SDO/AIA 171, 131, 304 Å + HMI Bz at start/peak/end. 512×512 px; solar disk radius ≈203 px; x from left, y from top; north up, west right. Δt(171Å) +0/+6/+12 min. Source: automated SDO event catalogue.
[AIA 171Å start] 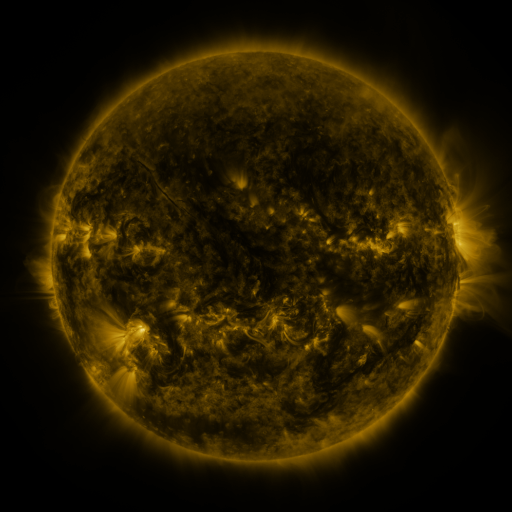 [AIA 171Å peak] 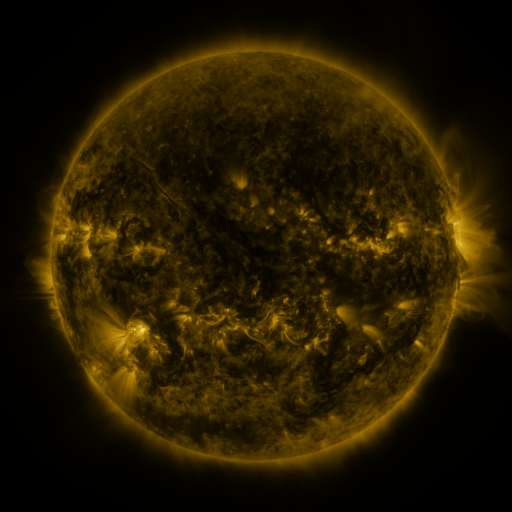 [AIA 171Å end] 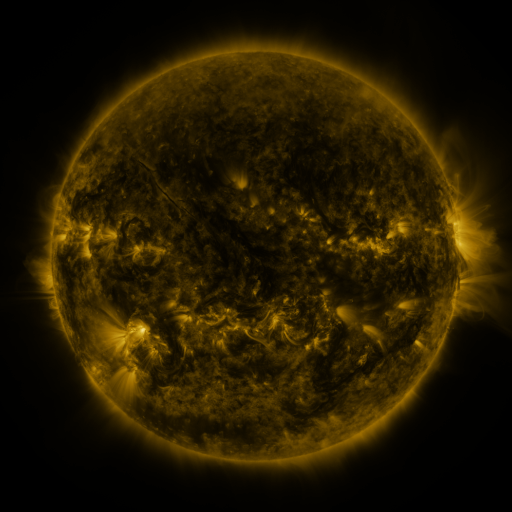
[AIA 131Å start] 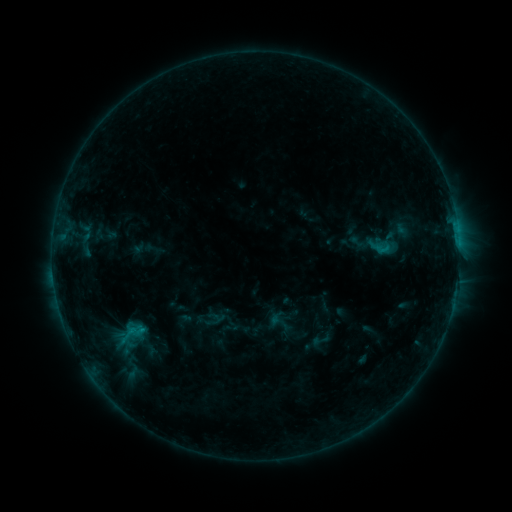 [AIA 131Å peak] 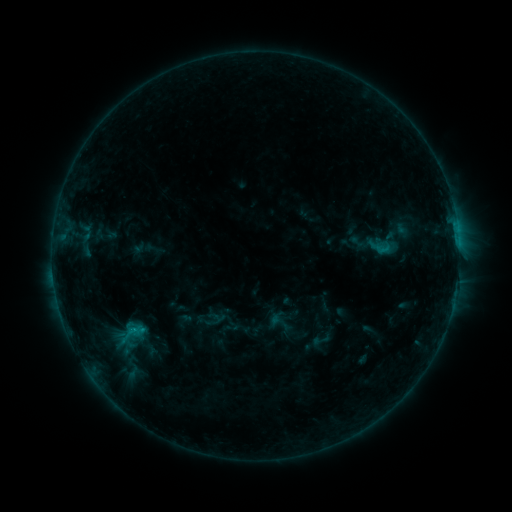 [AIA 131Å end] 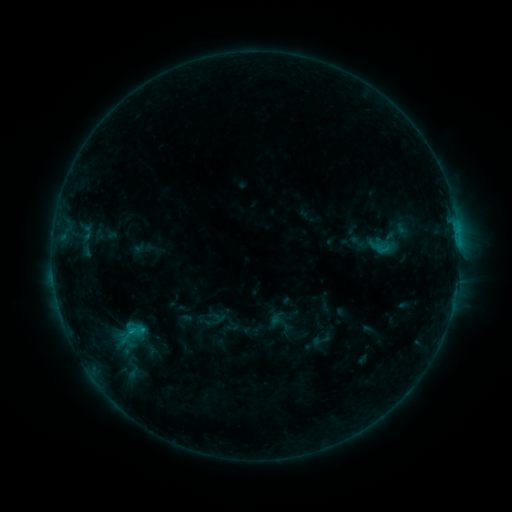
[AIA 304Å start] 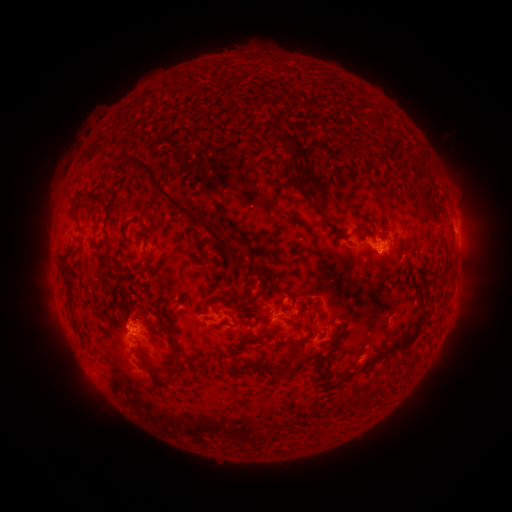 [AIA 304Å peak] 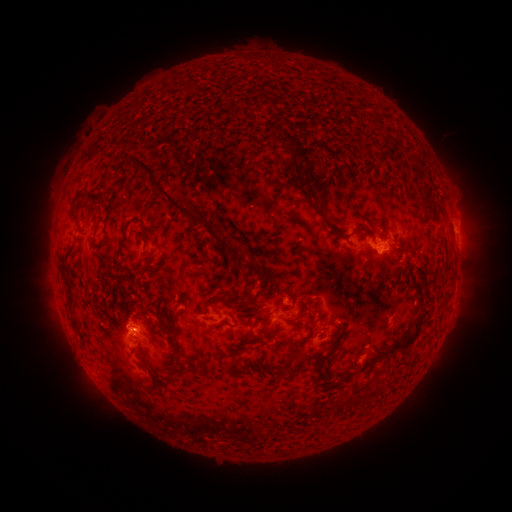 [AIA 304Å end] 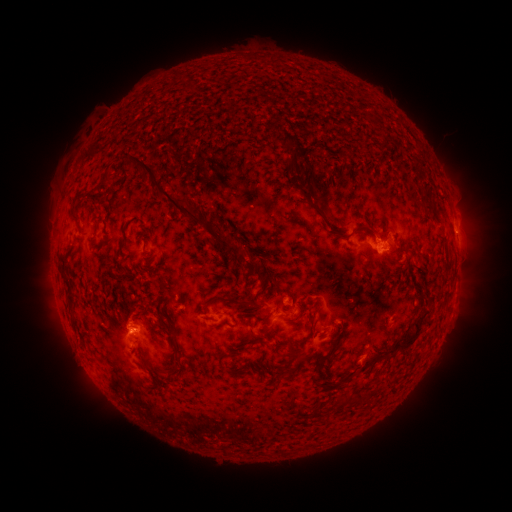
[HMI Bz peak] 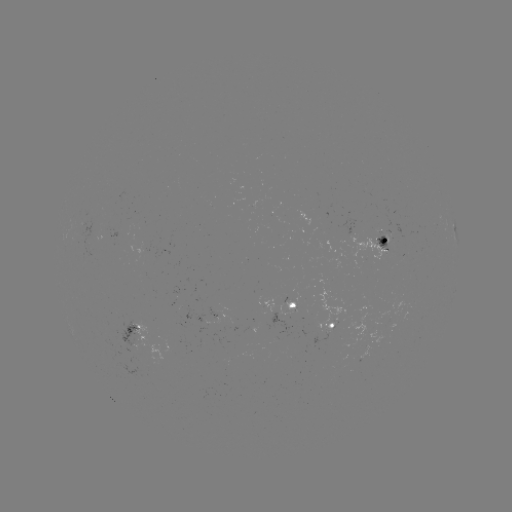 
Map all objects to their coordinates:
B8.7 flare: (130, 330)
